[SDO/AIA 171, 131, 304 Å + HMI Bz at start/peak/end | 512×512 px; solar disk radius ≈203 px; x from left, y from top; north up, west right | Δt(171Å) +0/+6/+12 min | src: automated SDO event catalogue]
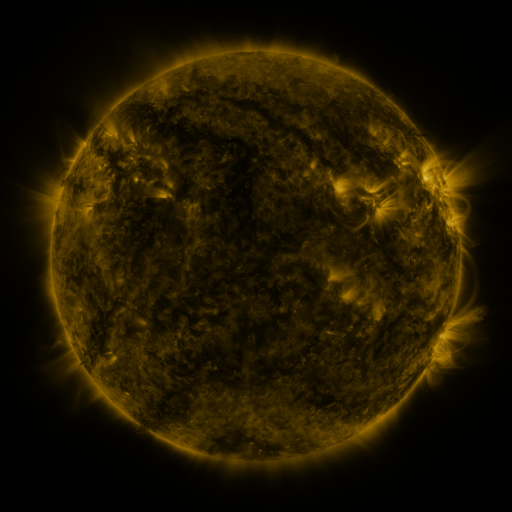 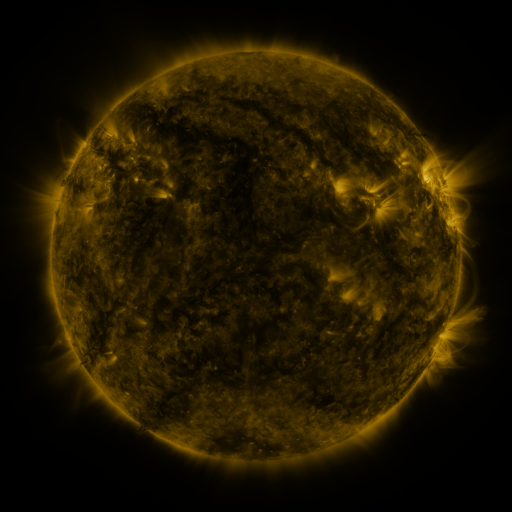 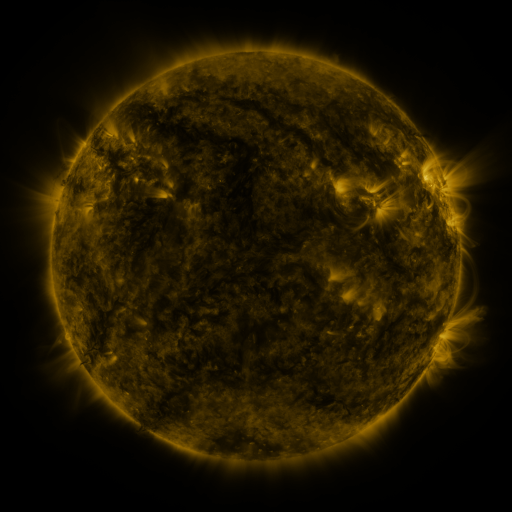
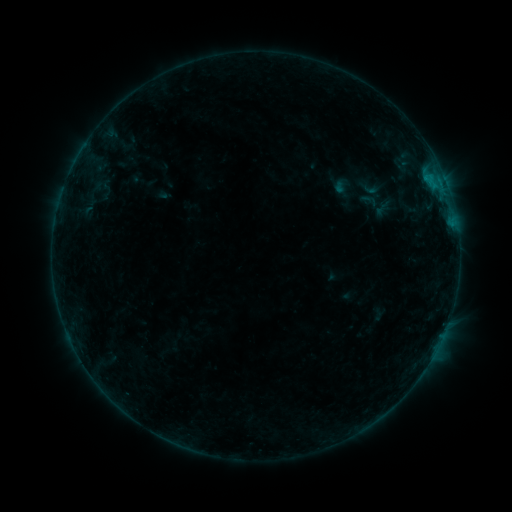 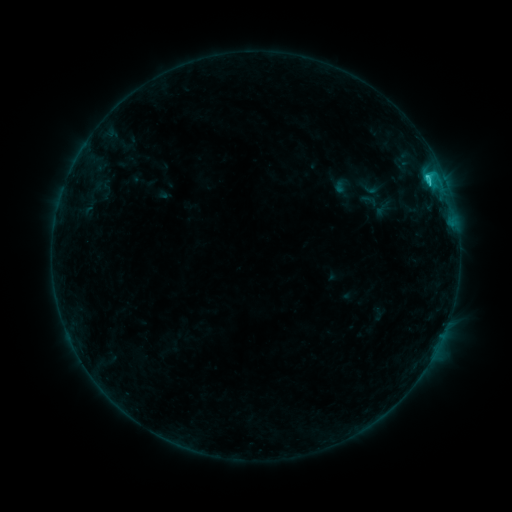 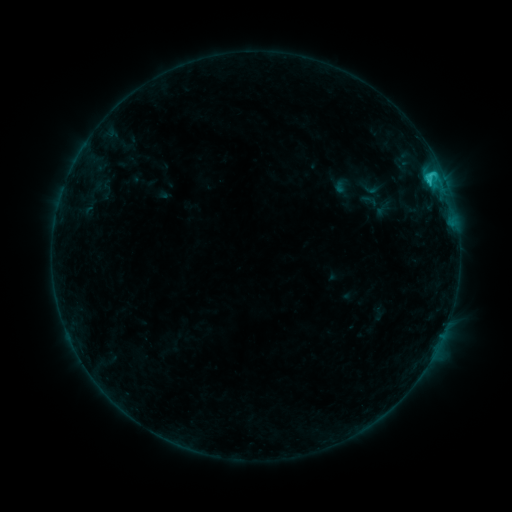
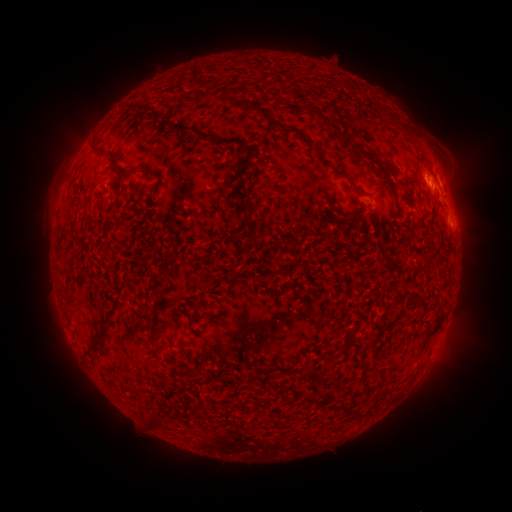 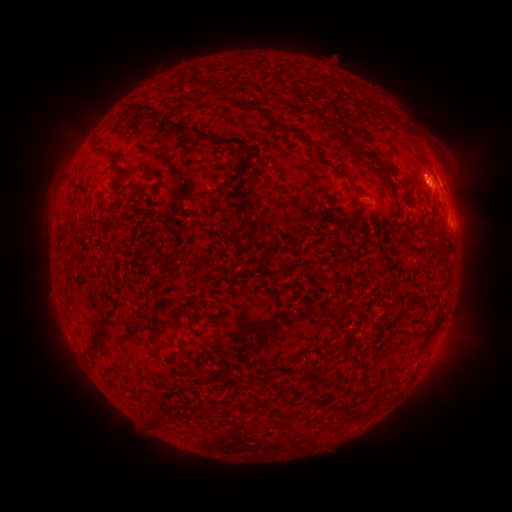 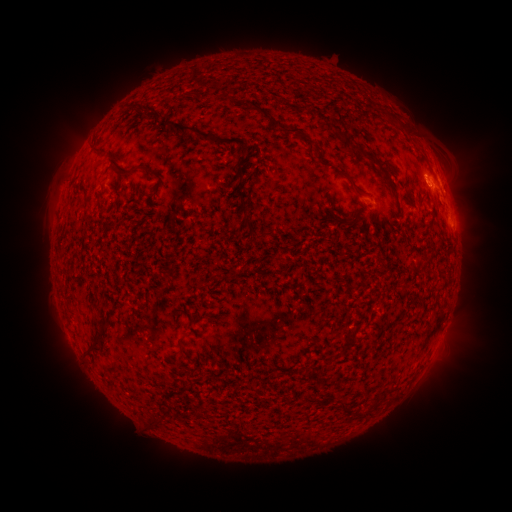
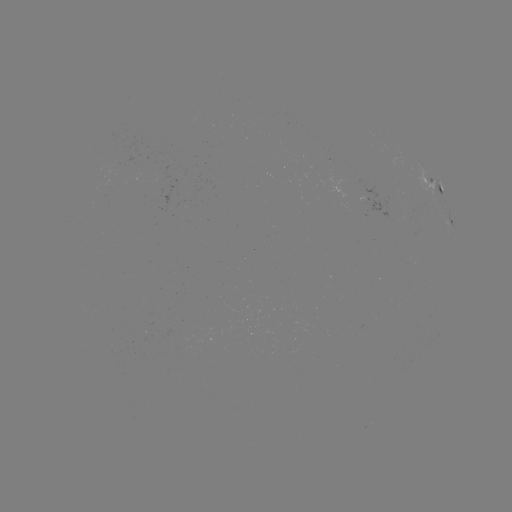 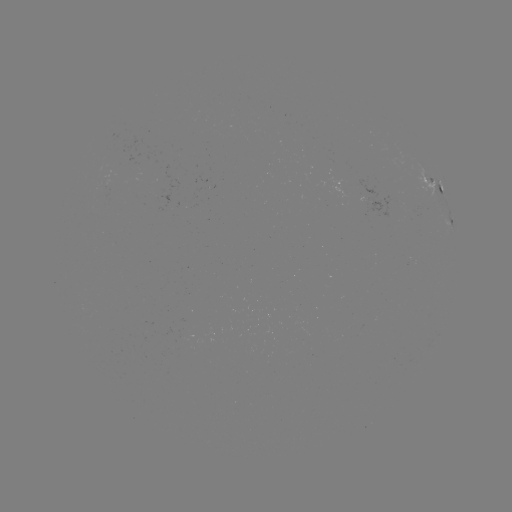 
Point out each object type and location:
C1.7 flare: (427, 180)
